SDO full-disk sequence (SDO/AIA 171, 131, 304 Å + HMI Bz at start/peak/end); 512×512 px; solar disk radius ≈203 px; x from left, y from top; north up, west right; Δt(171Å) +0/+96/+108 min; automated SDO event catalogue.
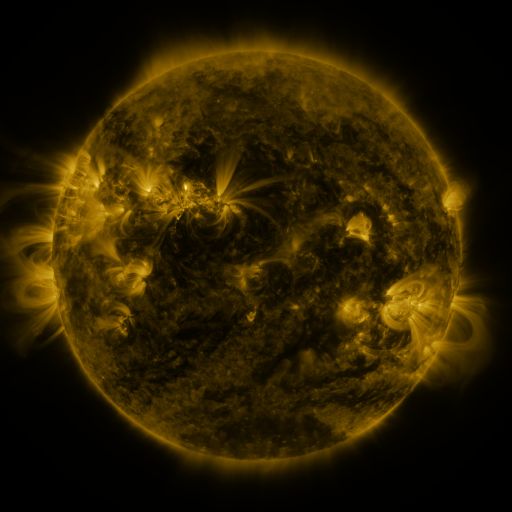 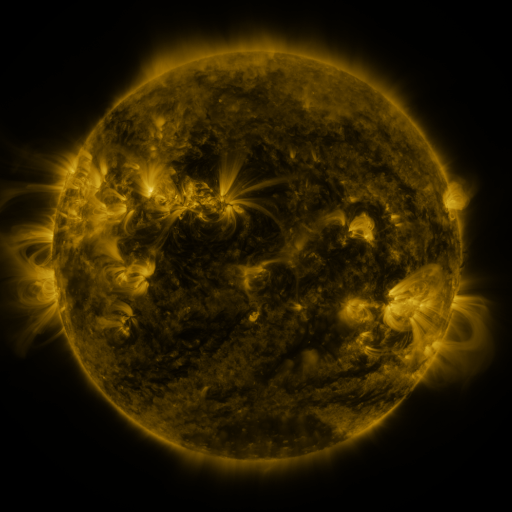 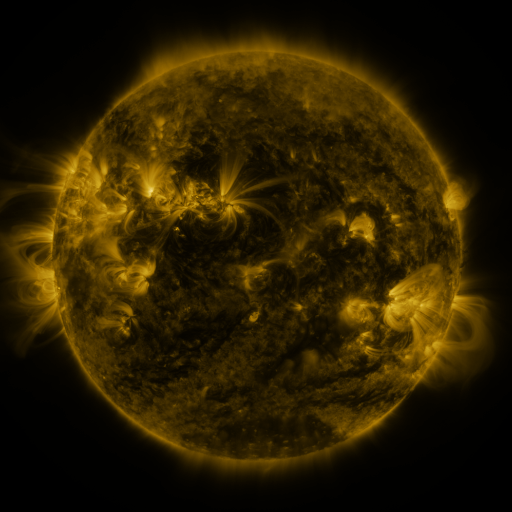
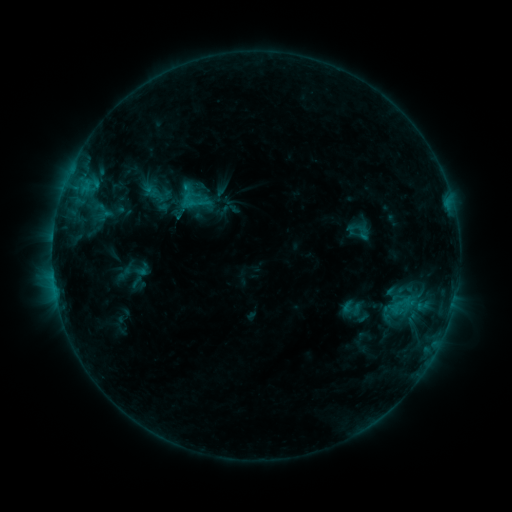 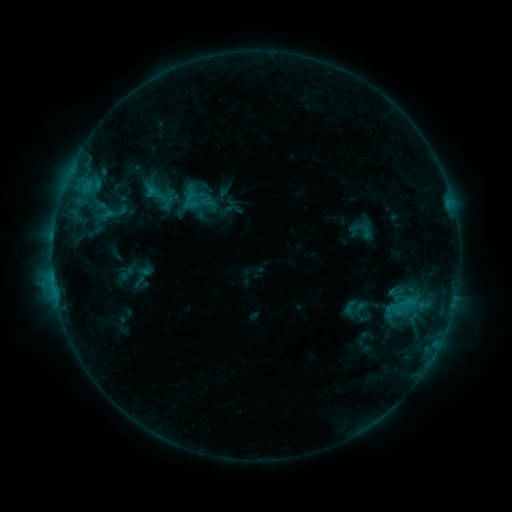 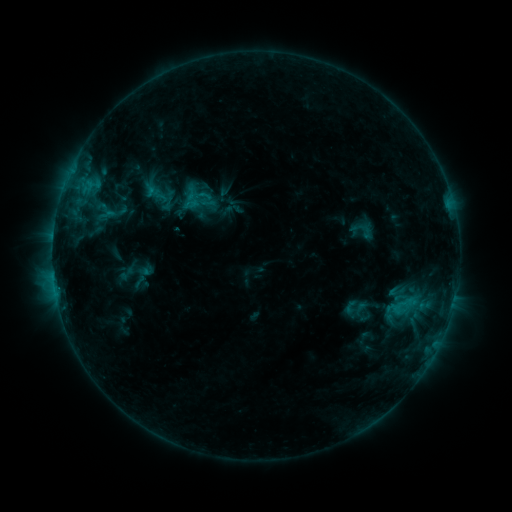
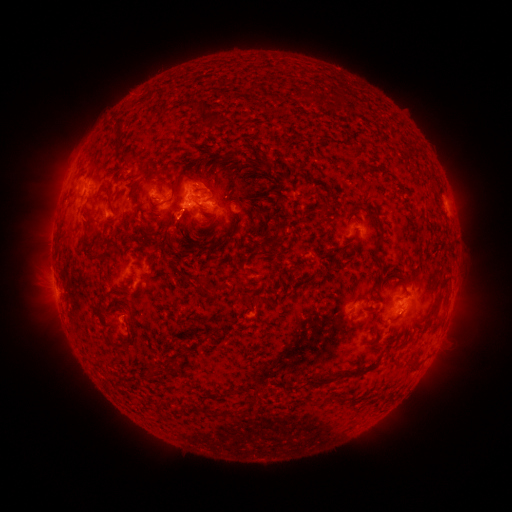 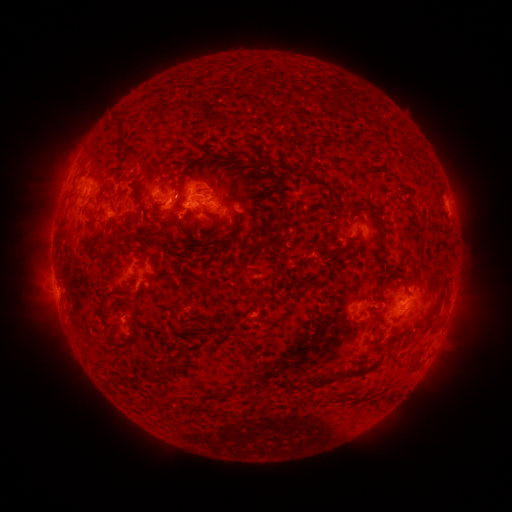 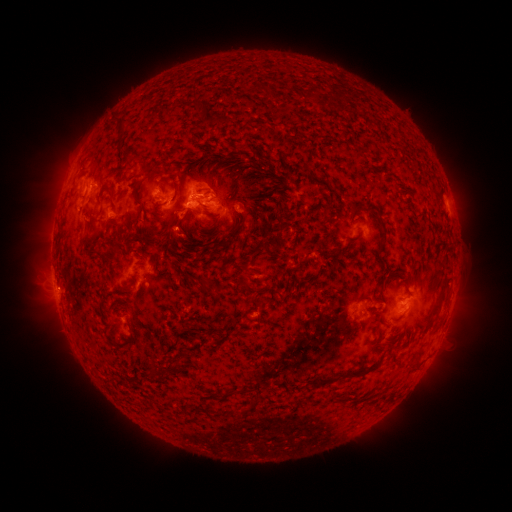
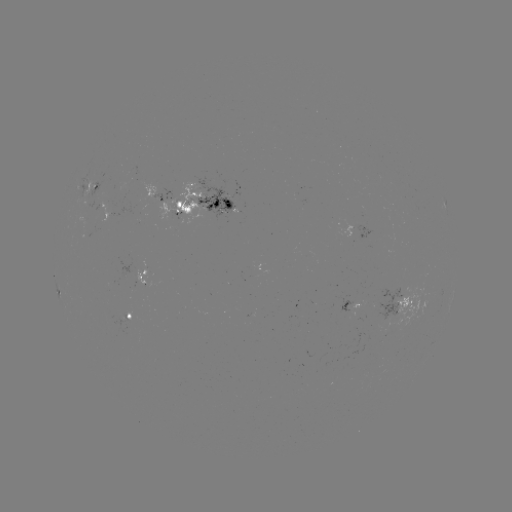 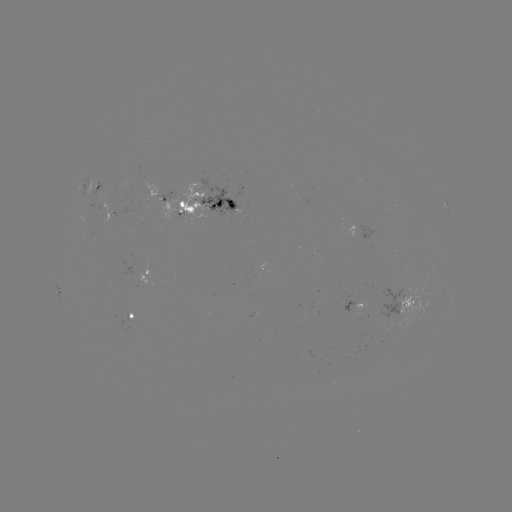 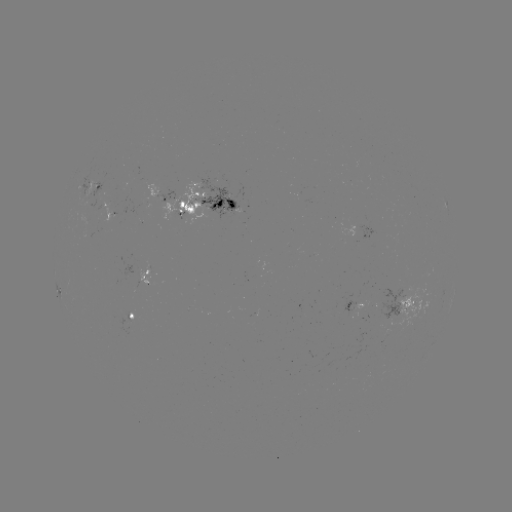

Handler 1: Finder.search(emerging-flux region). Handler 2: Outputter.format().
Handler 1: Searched emerging-flux region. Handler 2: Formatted (86, 219).